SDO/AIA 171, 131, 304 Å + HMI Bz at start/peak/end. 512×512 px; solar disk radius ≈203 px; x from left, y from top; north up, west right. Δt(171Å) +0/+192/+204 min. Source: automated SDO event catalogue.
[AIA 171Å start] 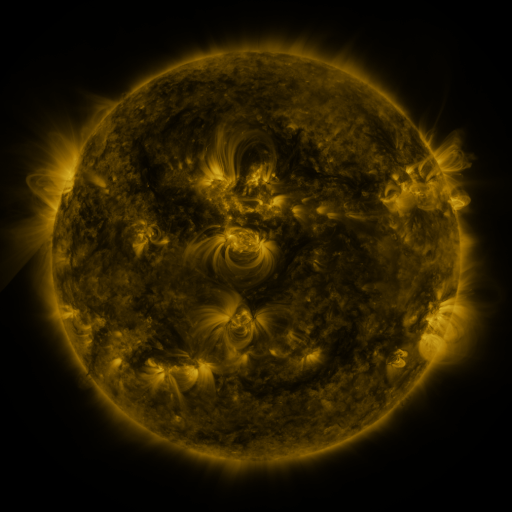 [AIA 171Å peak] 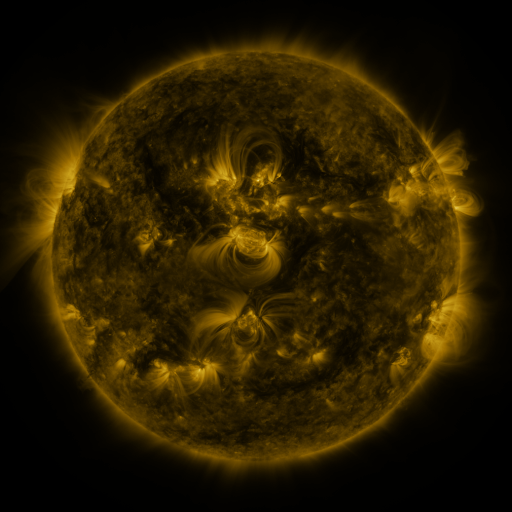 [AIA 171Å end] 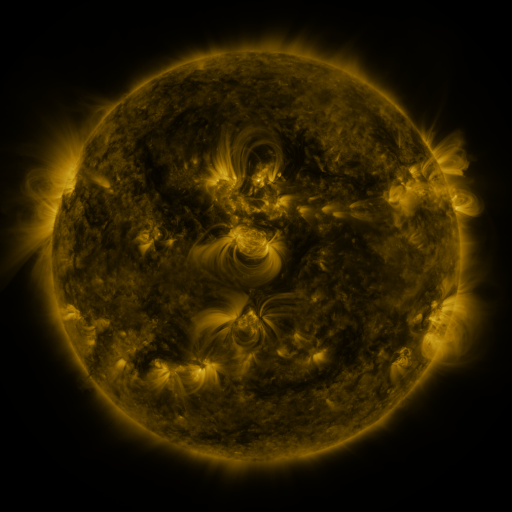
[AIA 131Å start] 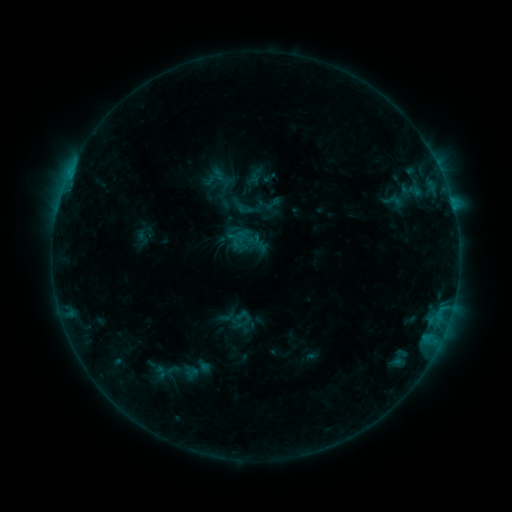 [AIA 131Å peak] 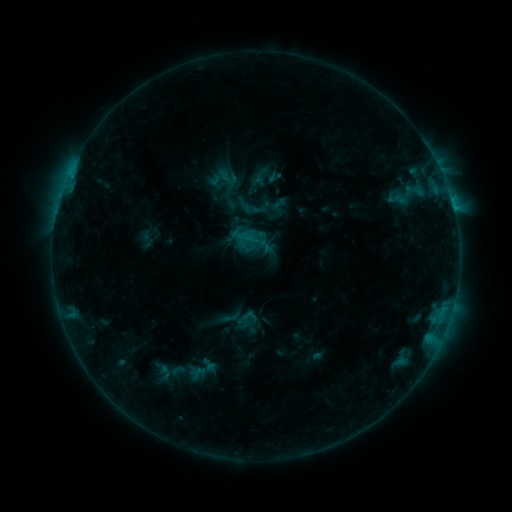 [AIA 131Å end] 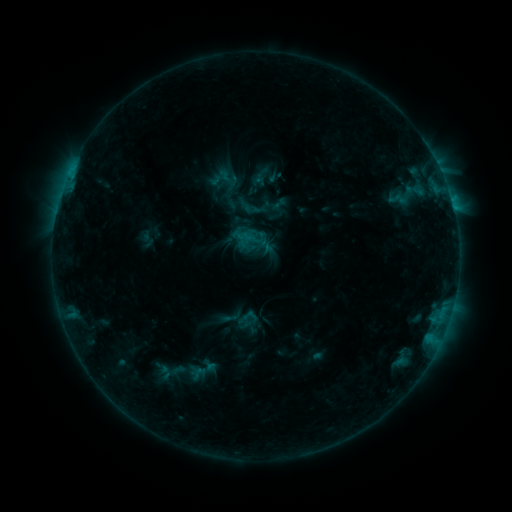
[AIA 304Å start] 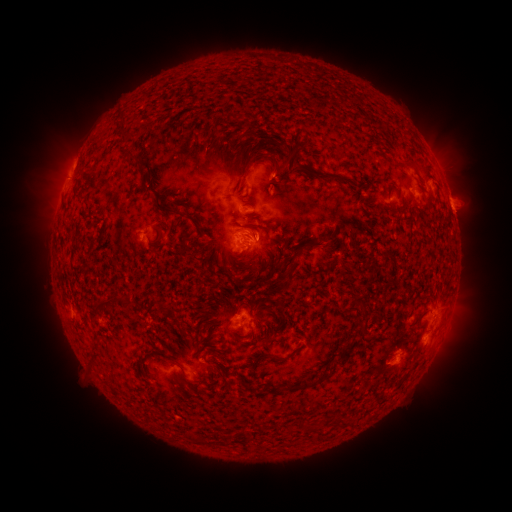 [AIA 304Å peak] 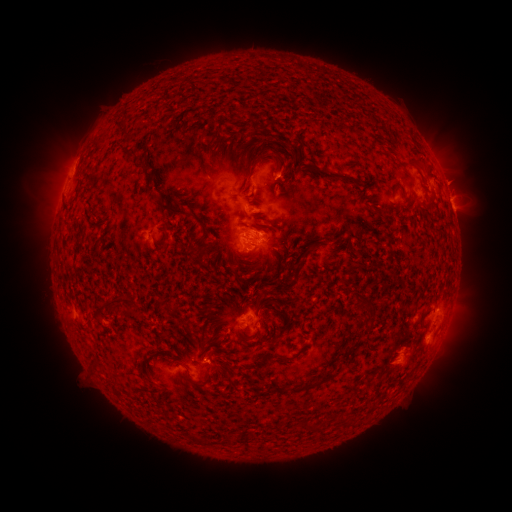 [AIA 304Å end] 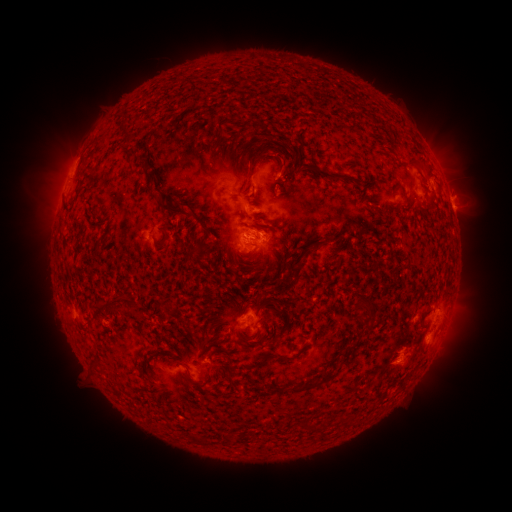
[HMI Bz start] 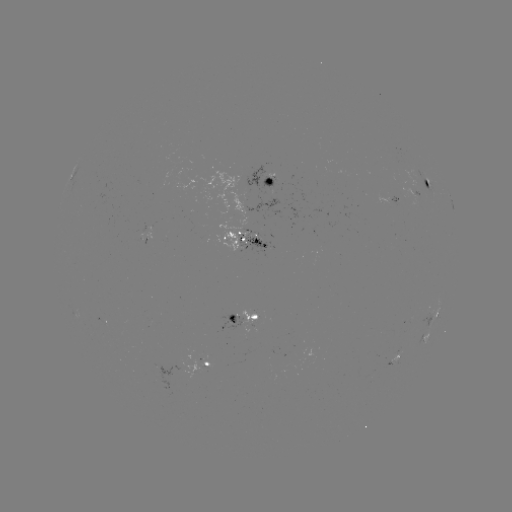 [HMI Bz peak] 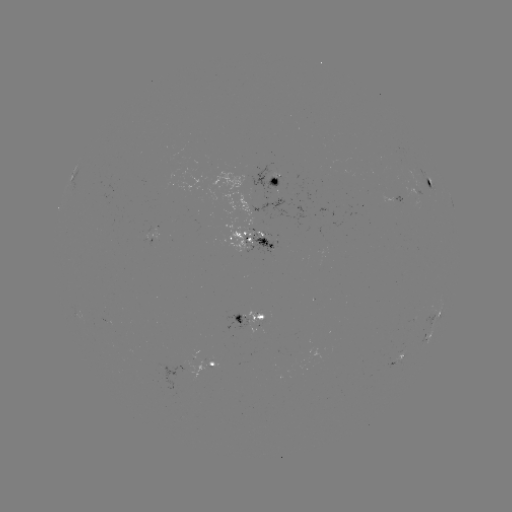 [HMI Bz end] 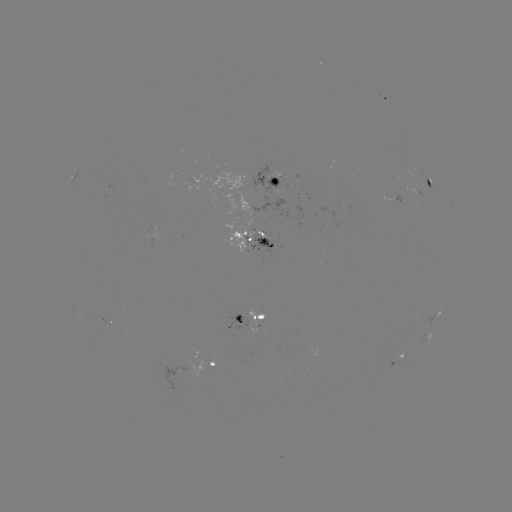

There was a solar emerging-flux region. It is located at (261, 234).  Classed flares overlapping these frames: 1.